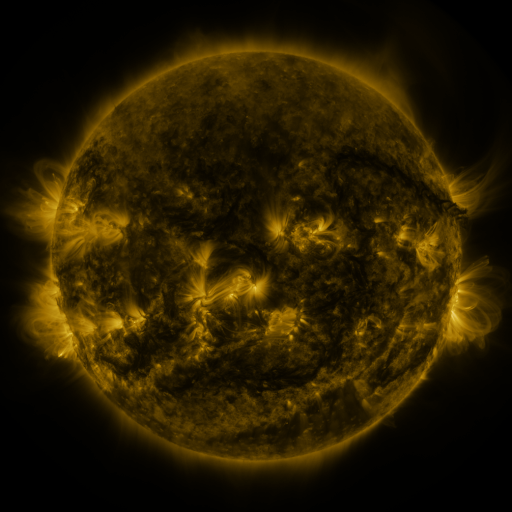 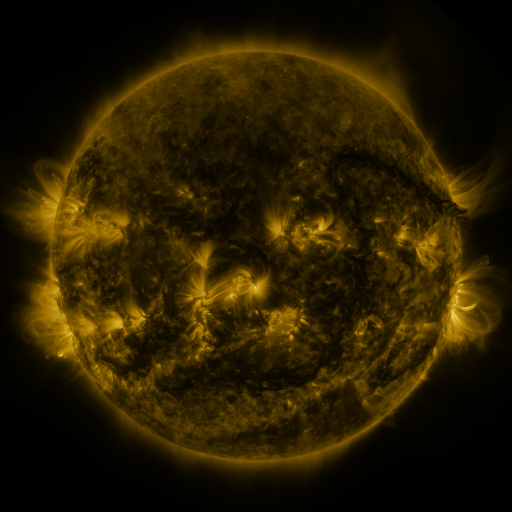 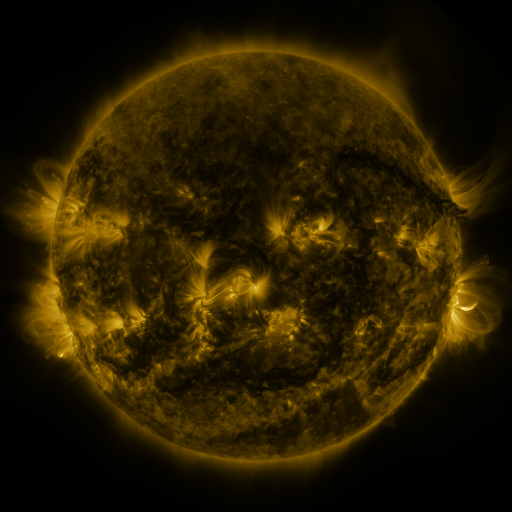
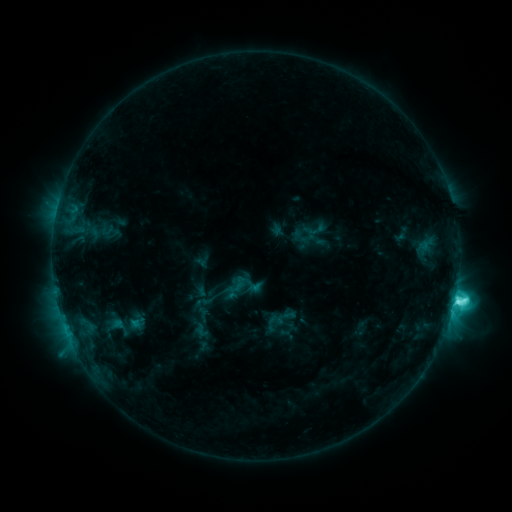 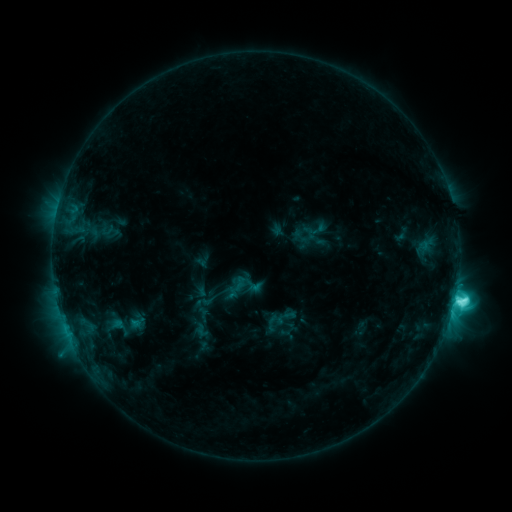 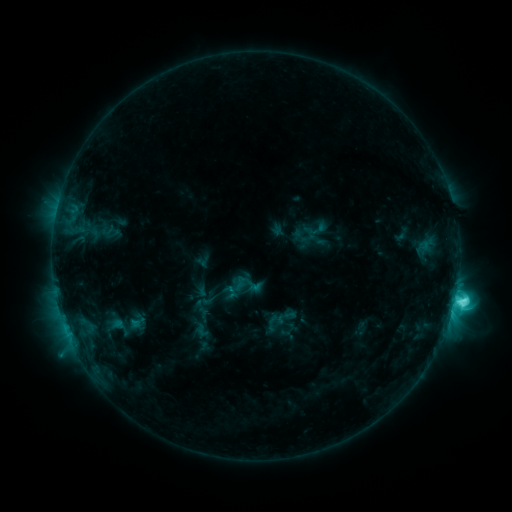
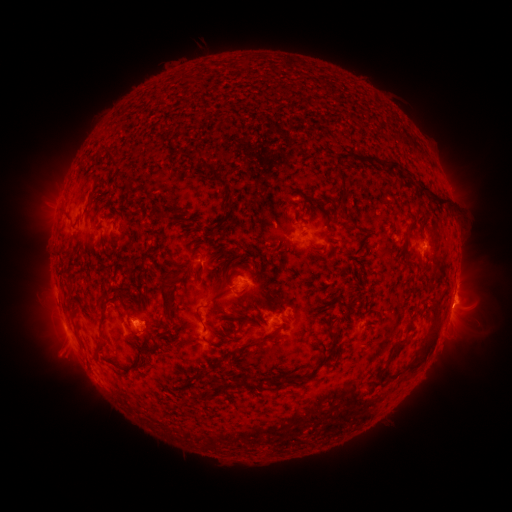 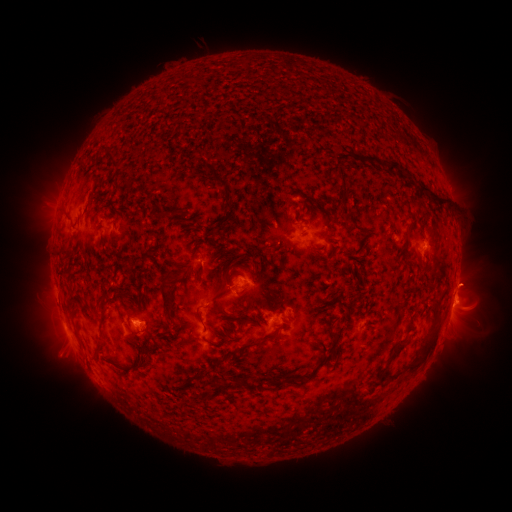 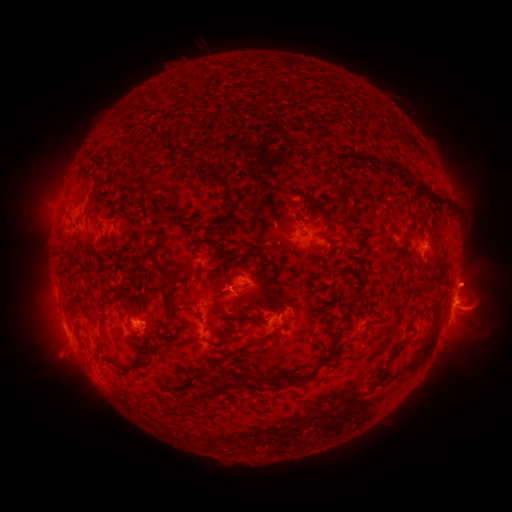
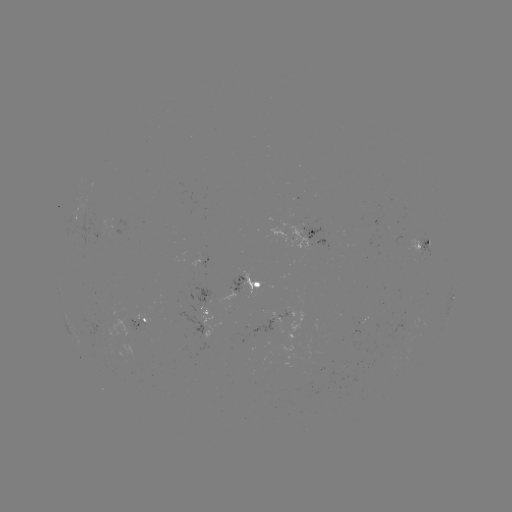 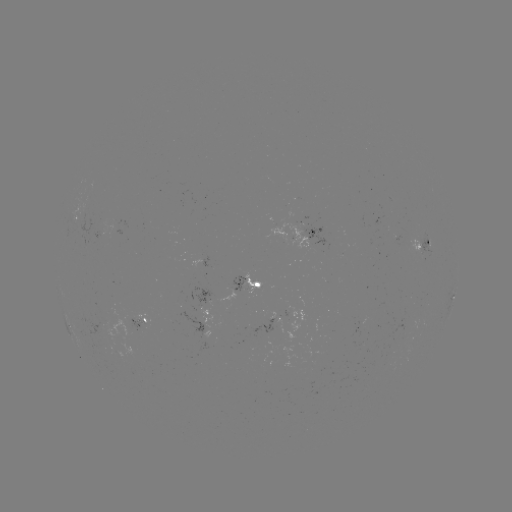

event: eruption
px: (470, 280)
